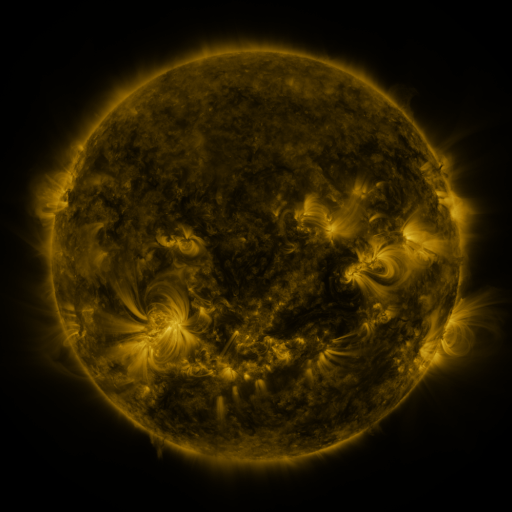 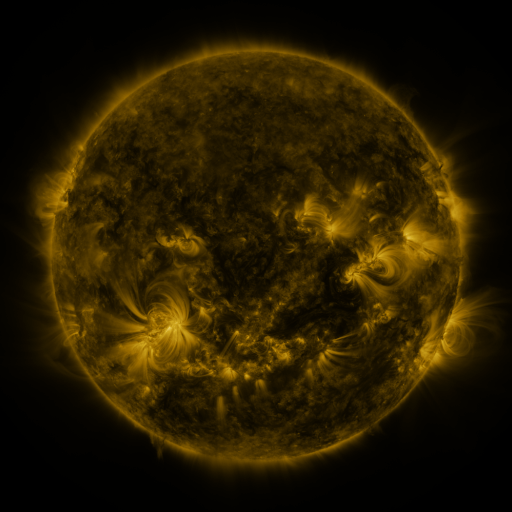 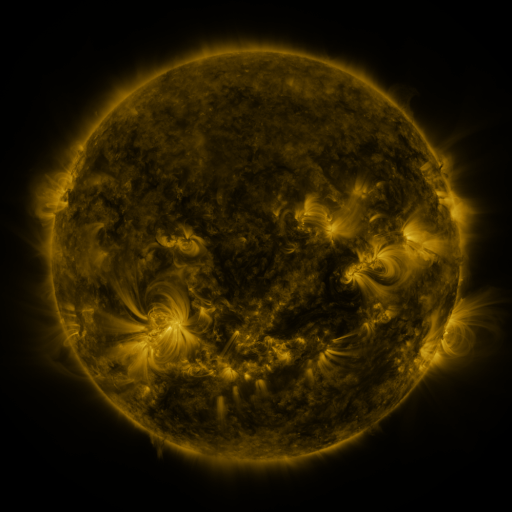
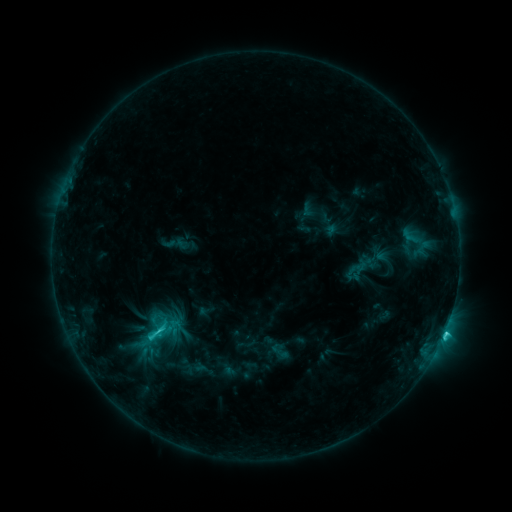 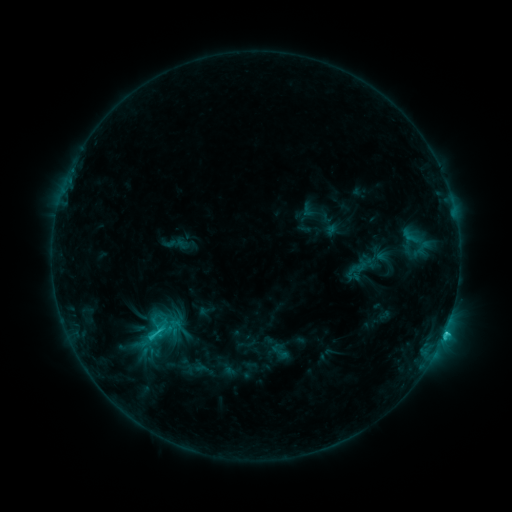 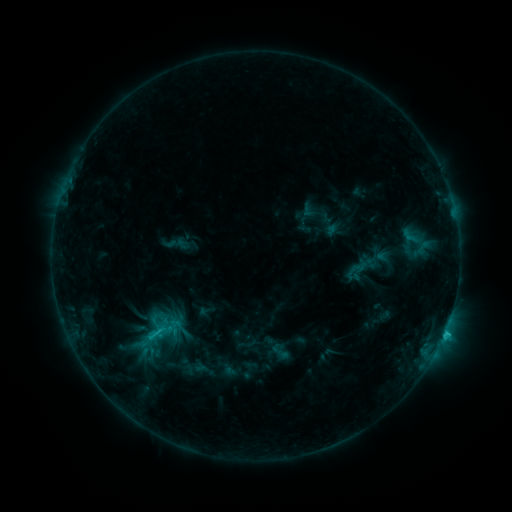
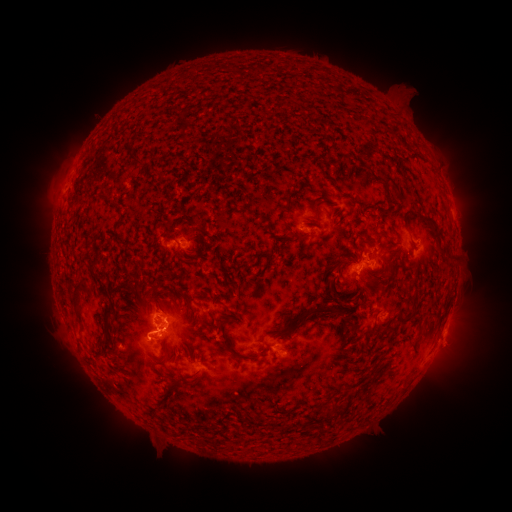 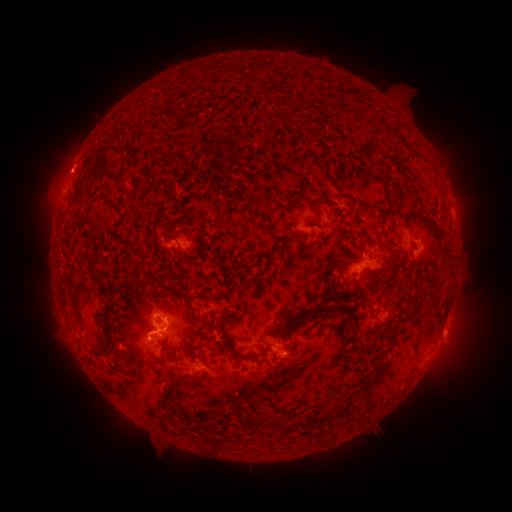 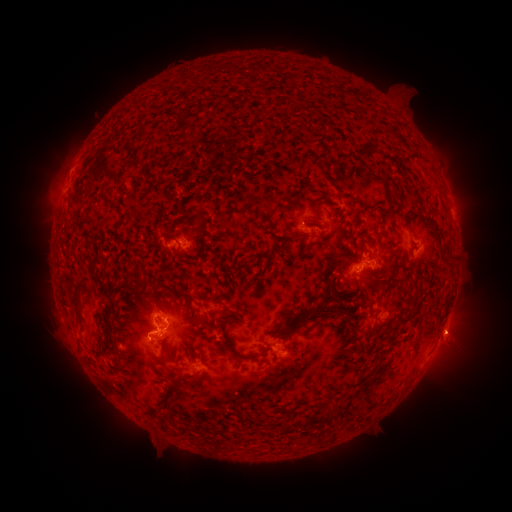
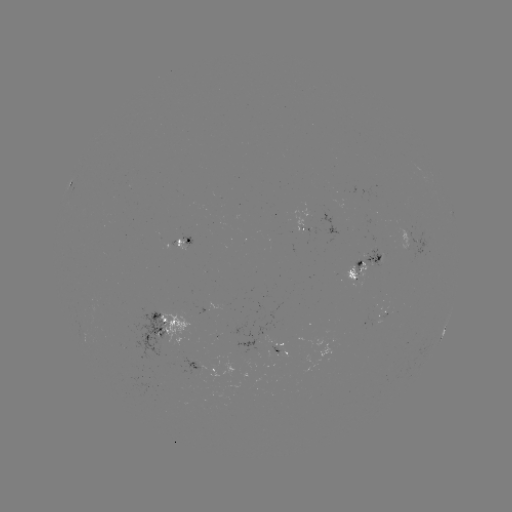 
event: eruption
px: (71, 163)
